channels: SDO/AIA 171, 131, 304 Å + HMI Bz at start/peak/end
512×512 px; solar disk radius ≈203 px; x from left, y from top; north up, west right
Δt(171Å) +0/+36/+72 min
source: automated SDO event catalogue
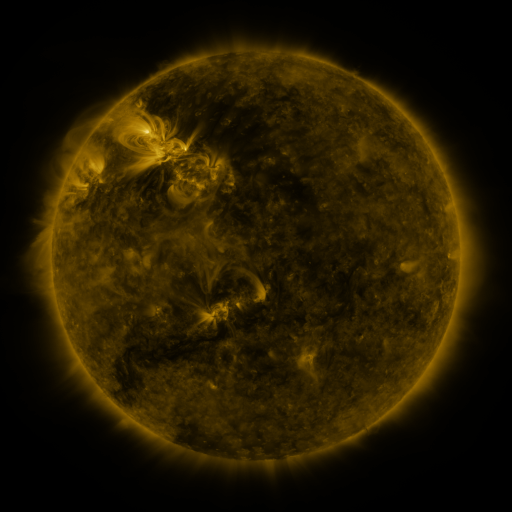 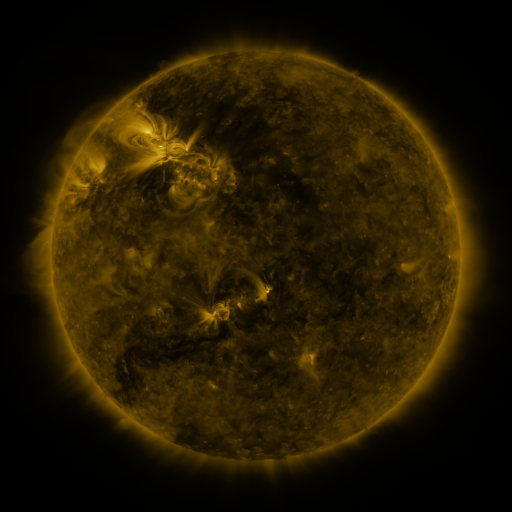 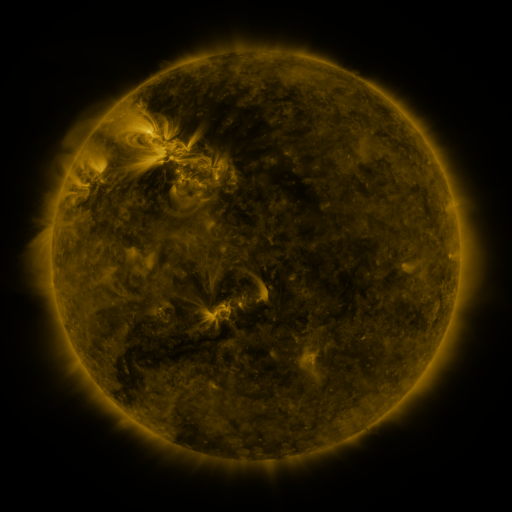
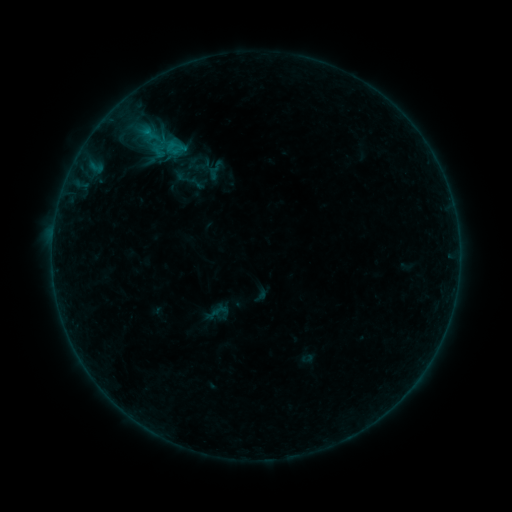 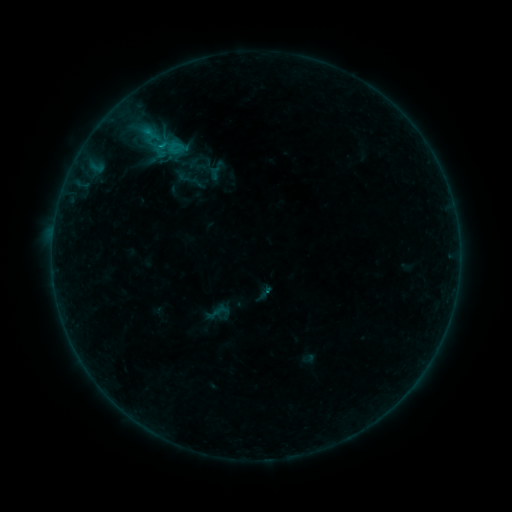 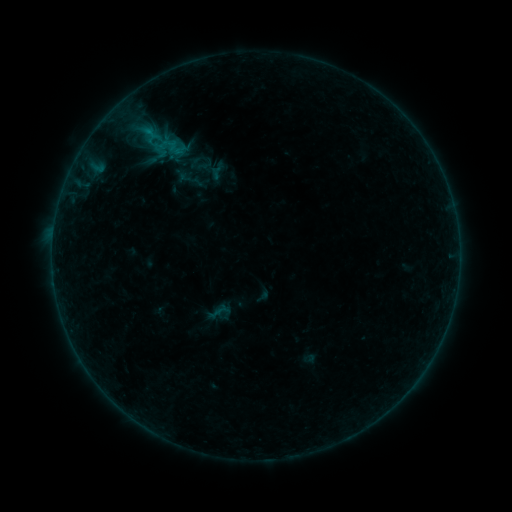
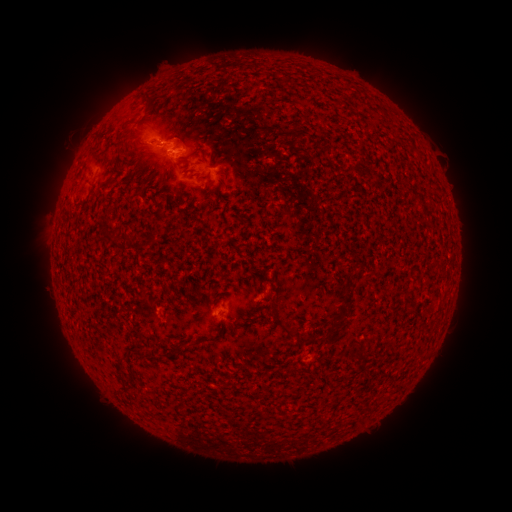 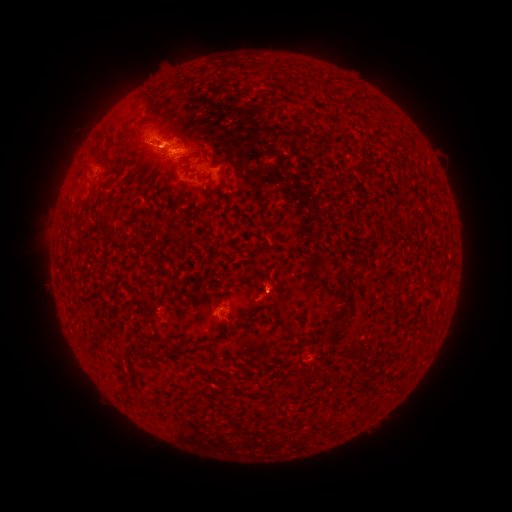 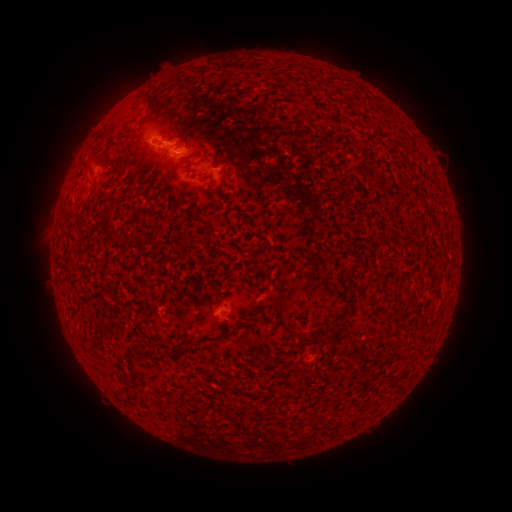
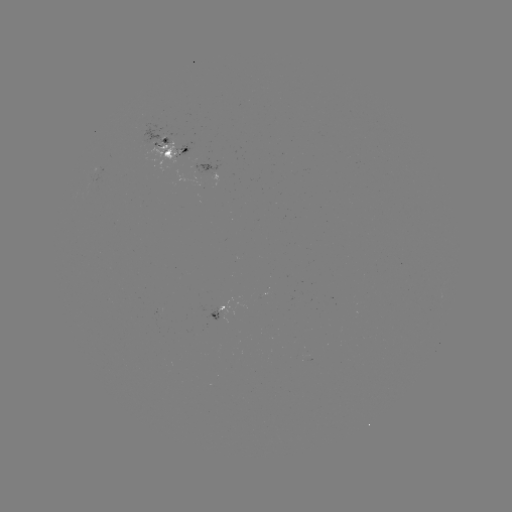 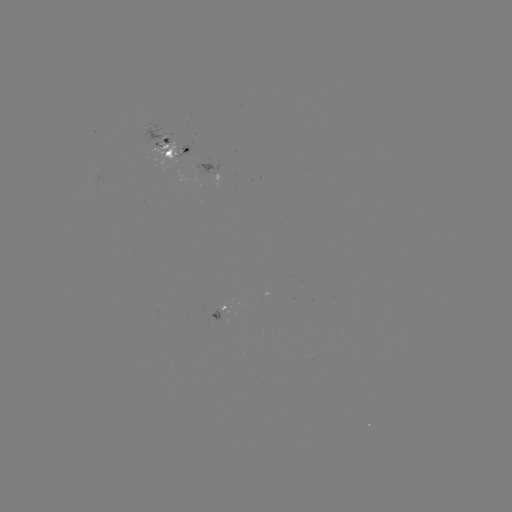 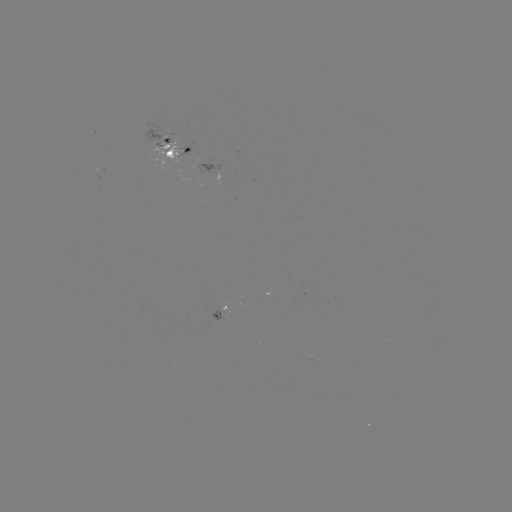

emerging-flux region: [150, 142, 182, 161]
